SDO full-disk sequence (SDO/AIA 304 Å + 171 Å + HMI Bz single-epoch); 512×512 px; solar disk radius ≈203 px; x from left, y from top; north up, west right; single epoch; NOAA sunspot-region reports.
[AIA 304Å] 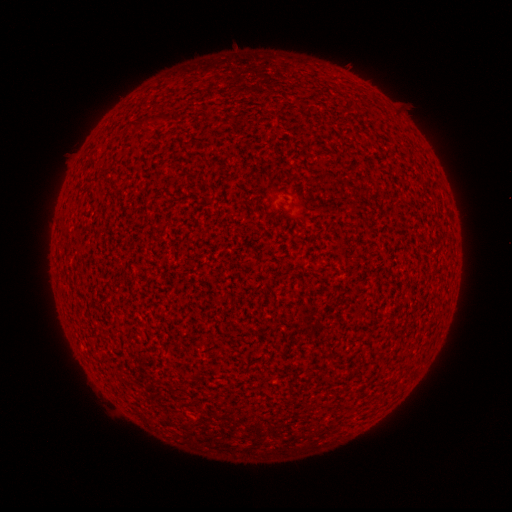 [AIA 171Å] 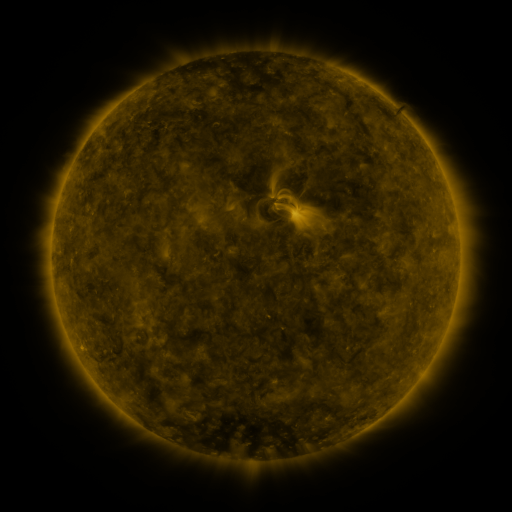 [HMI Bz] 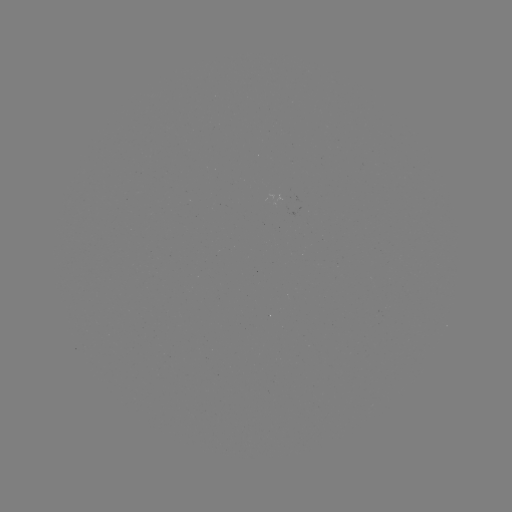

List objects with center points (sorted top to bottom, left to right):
(none)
